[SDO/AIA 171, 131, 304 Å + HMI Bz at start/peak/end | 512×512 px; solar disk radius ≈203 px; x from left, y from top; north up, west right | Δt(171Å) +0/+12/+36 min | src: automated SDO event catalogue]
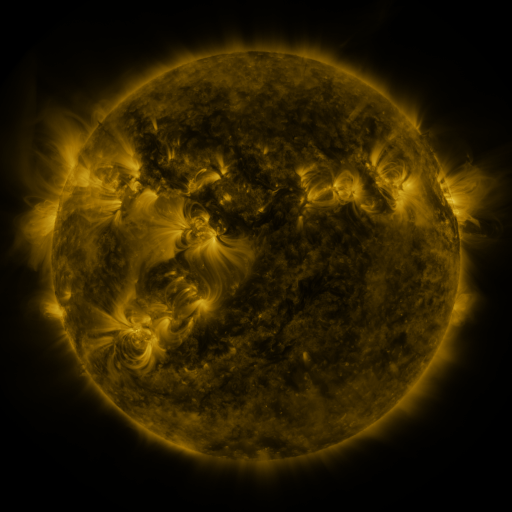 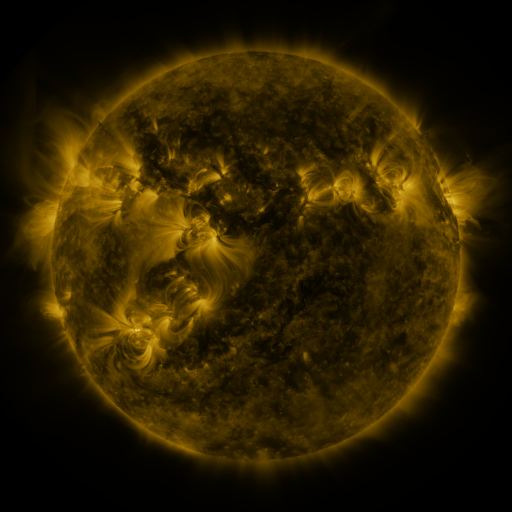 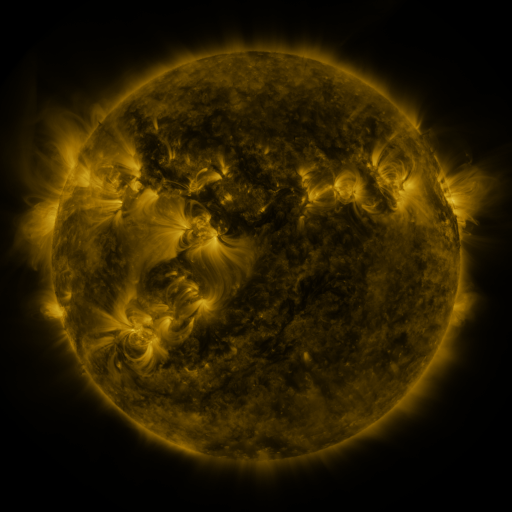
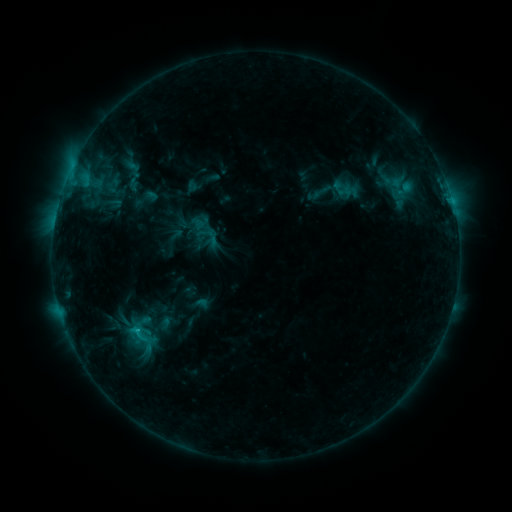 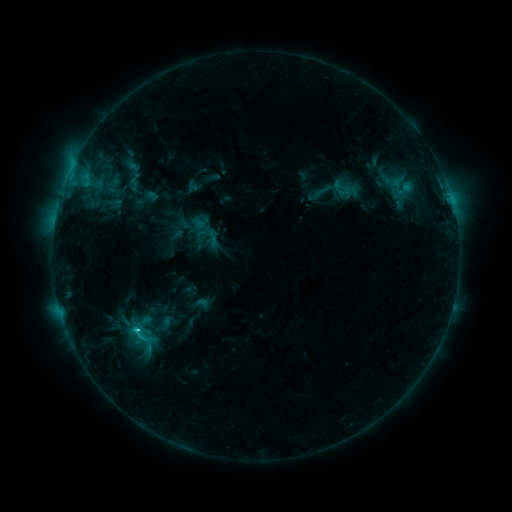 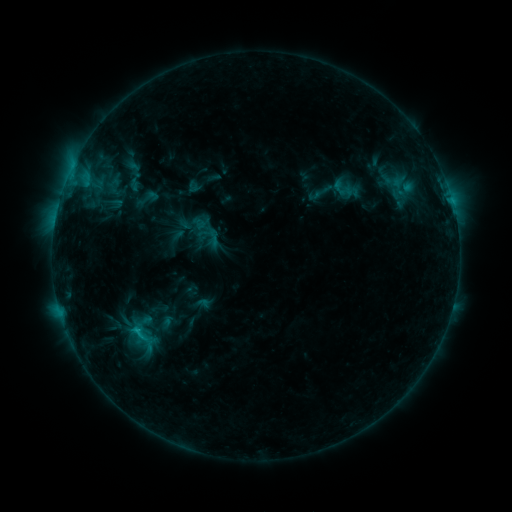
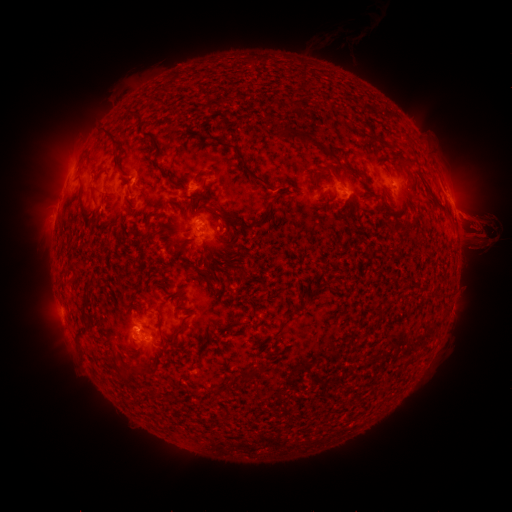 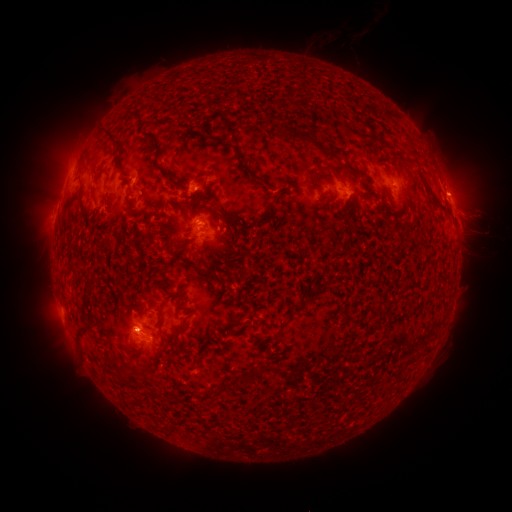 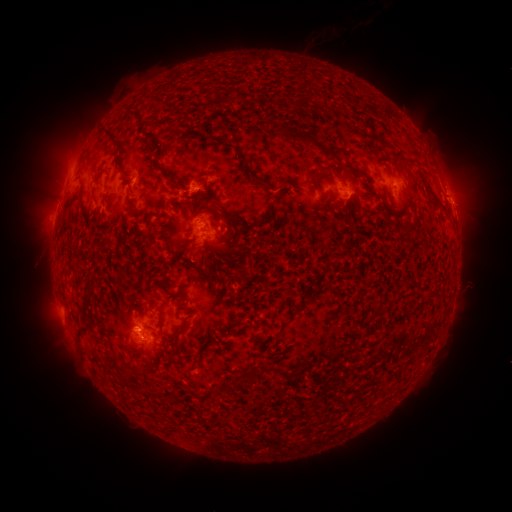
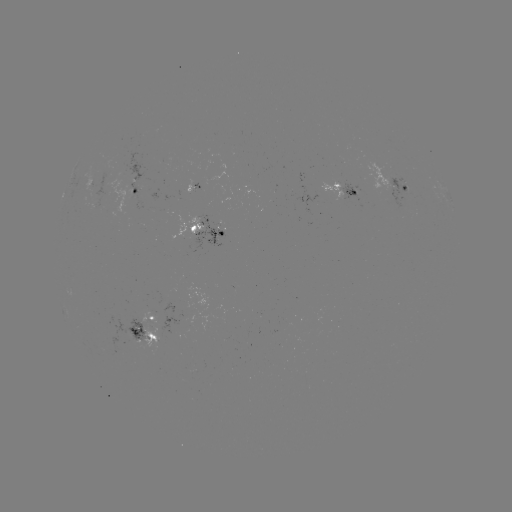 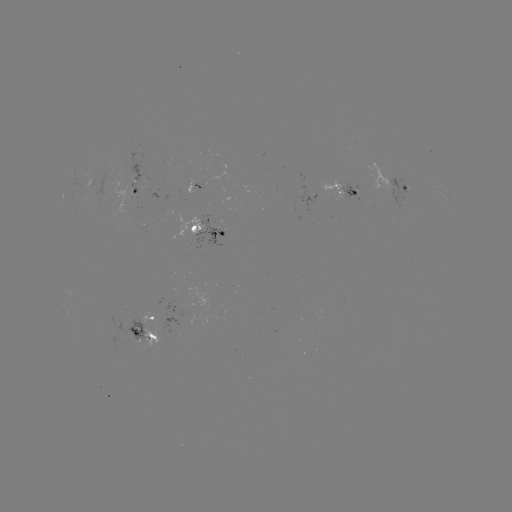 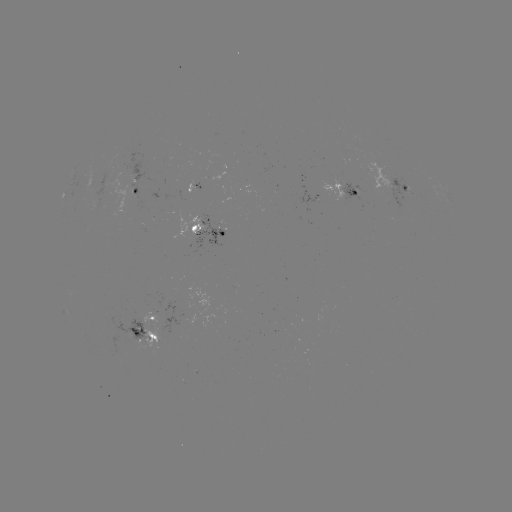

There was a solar flare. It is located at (138, 327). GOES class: C1.7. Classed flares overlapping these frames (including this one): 1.